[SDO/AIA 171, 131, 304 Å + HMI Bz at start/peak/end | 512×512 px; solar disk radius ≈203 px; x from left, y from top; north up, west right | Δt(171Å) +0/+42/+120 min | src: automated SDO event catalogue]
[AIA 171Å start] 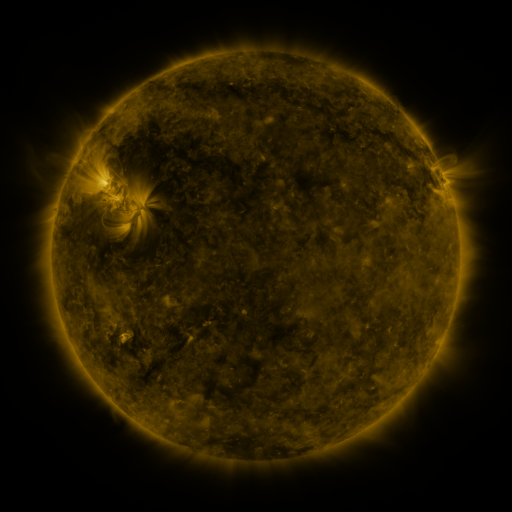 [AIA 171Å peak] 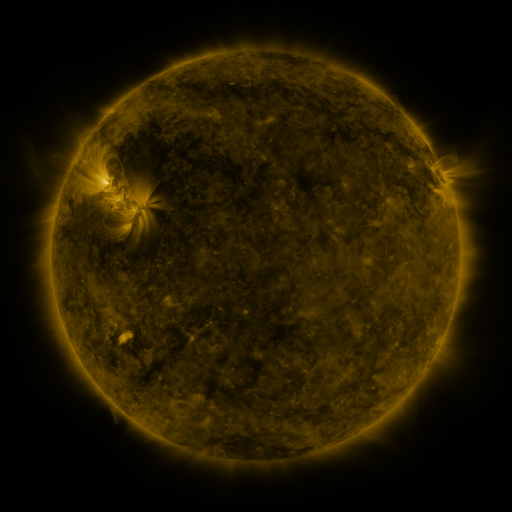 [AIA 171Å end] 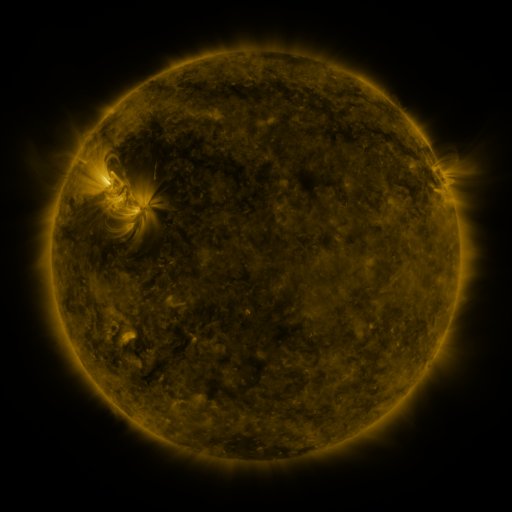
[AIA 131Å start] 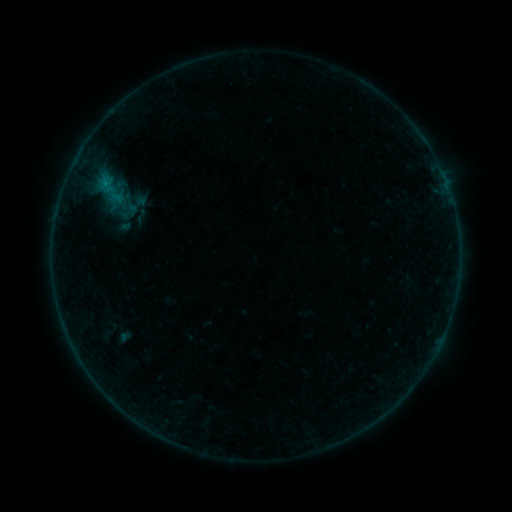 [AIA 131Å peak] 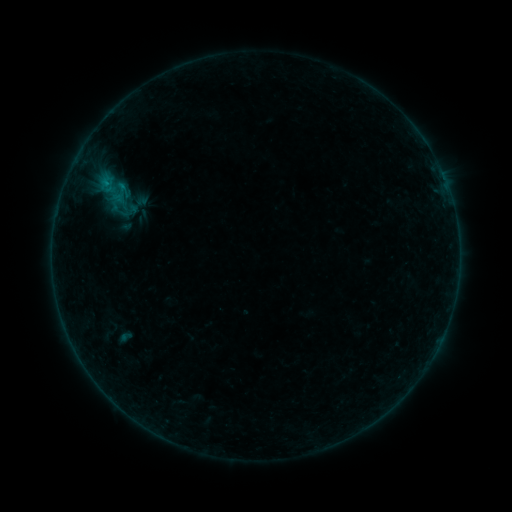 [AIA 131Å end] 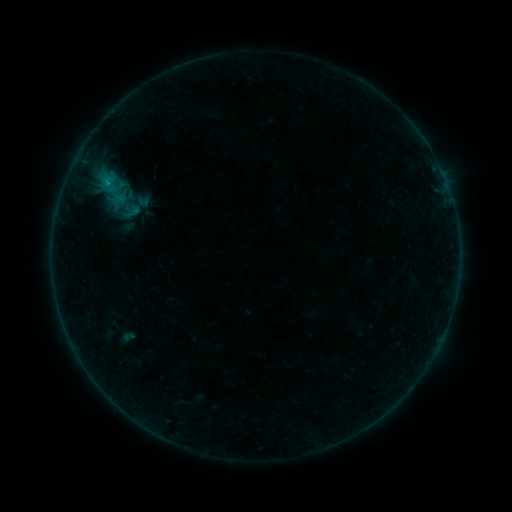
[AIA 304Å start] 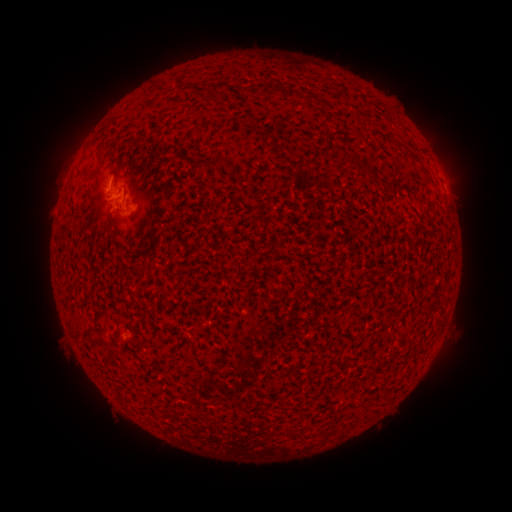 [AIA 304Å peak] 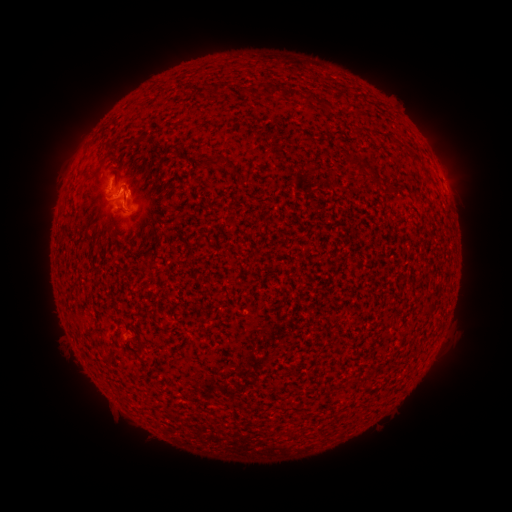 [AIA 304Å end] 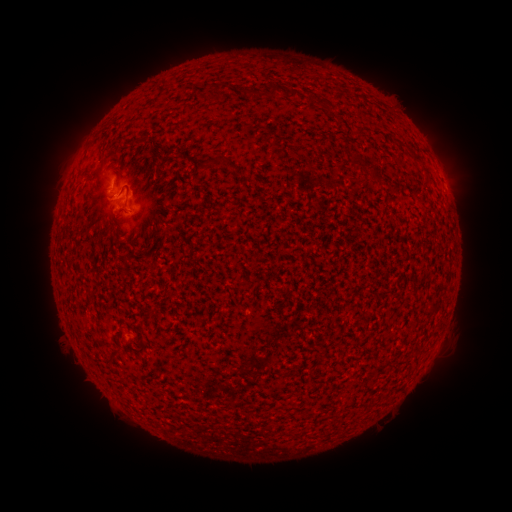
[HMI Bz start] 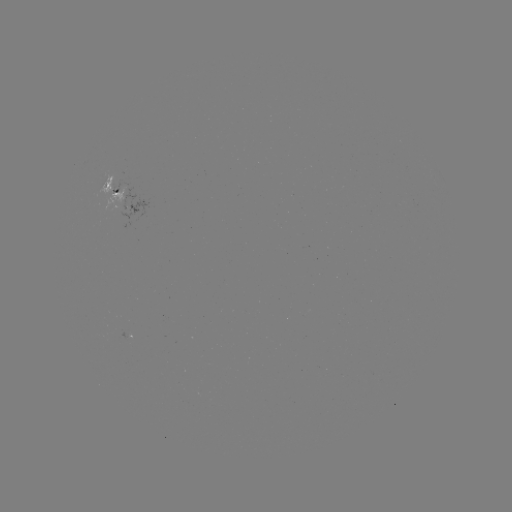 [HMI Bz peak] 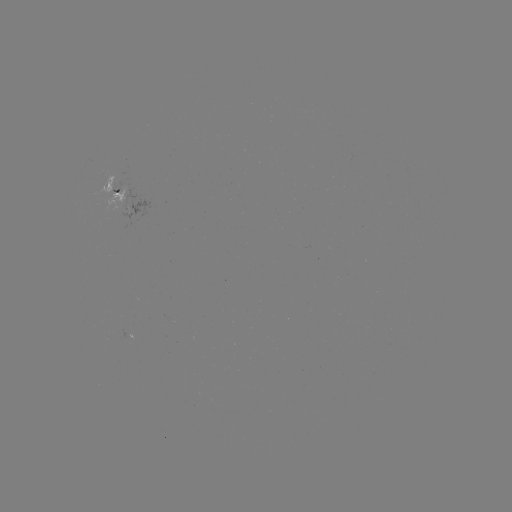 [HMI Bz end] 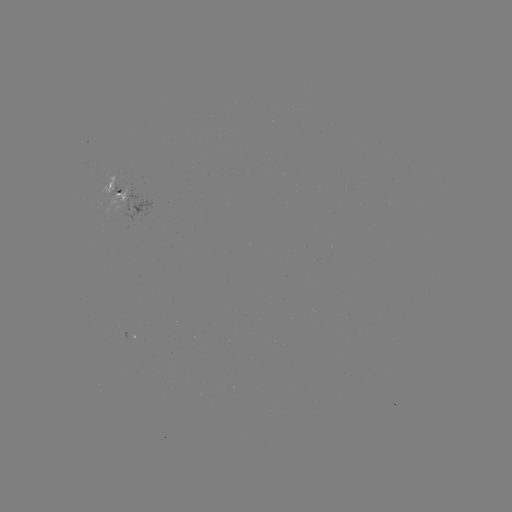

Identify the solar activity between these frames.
B3.9 flare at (106, 191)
